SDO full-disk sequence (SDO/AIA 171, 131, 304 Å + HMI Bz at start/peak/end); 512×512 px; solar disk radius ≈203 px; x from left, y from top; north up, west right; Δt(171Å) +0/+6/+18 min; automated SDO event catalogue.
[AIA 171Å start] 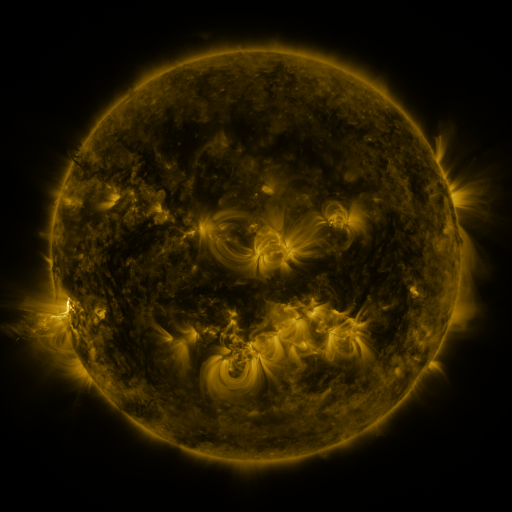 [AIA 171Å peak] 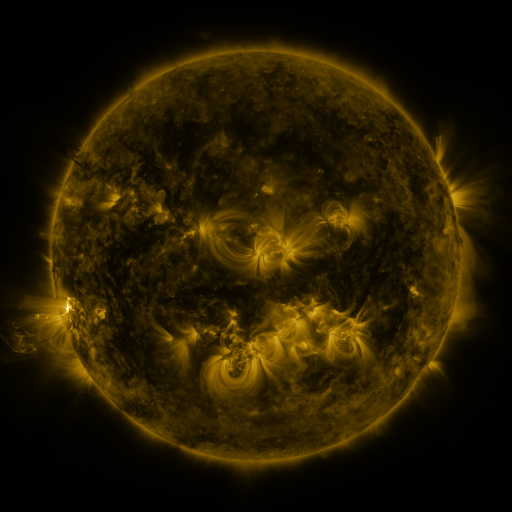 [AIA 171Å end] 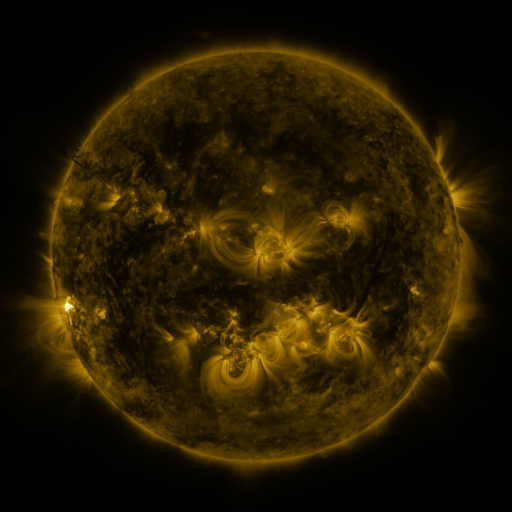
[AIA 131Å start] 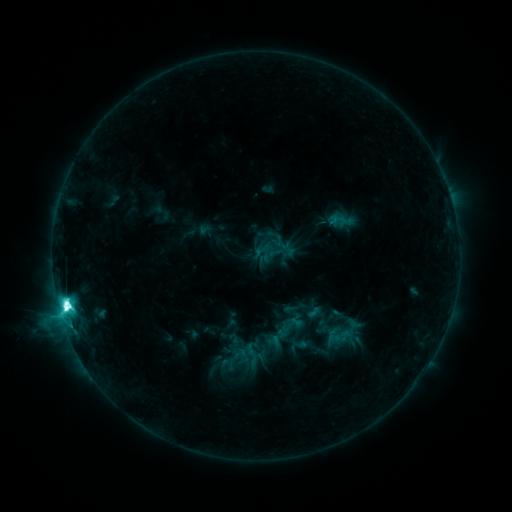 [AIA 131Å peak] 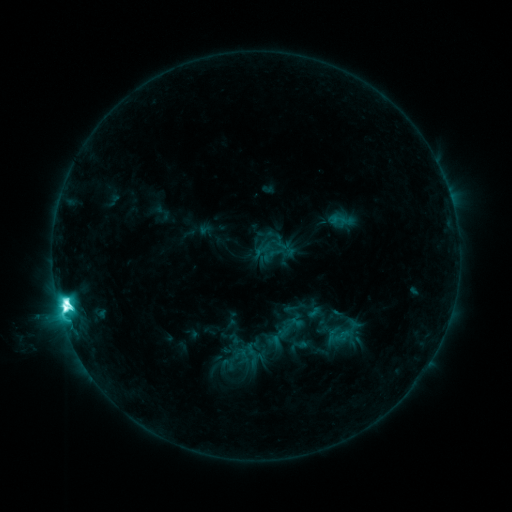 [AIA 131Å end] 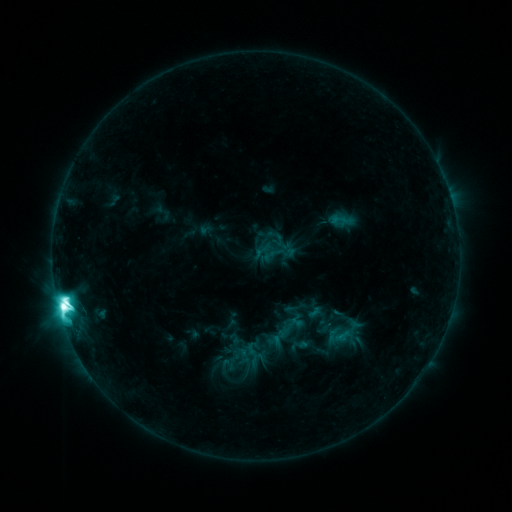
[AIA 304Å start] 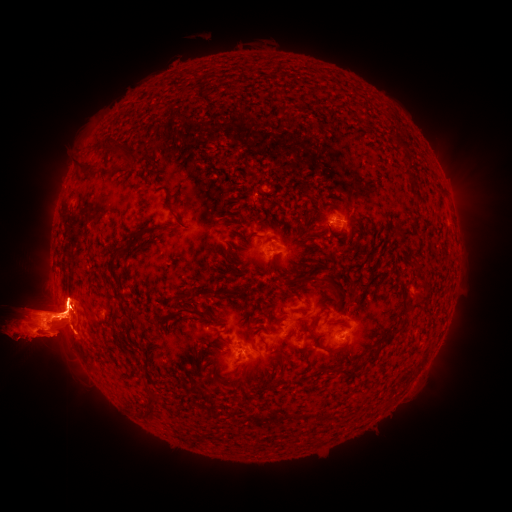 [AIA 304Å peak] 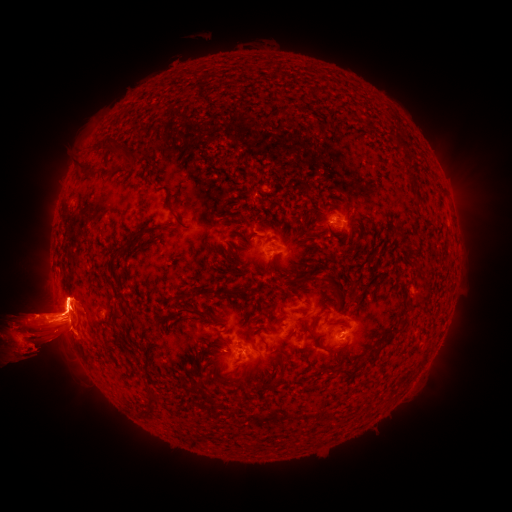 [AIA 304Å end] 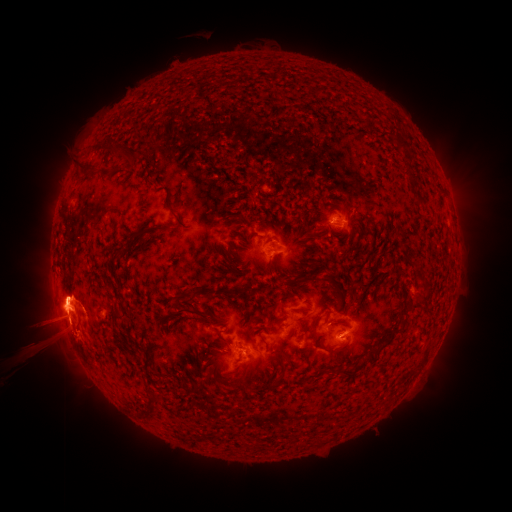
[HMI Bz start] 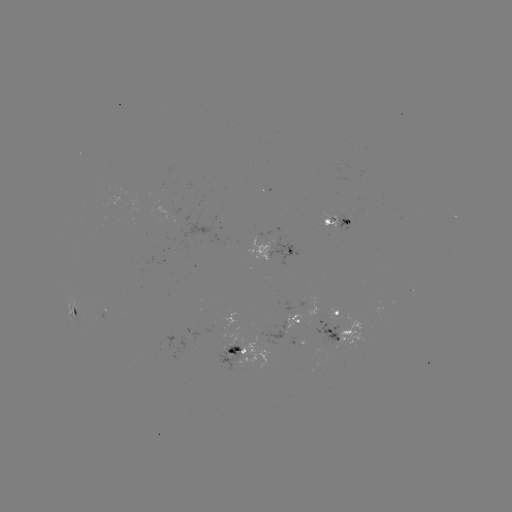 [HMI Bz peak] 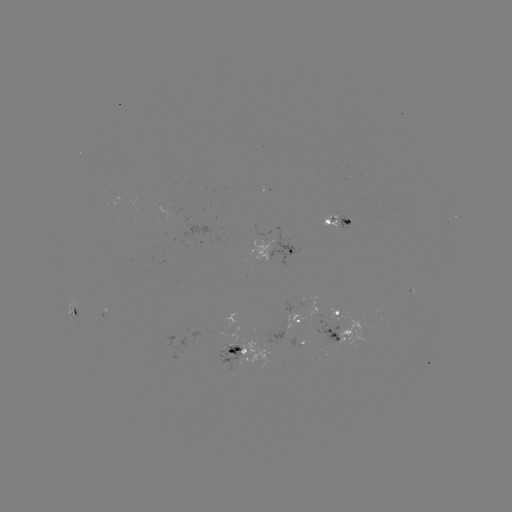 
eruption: <bbox>0, 229, 149, 408</bbox>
